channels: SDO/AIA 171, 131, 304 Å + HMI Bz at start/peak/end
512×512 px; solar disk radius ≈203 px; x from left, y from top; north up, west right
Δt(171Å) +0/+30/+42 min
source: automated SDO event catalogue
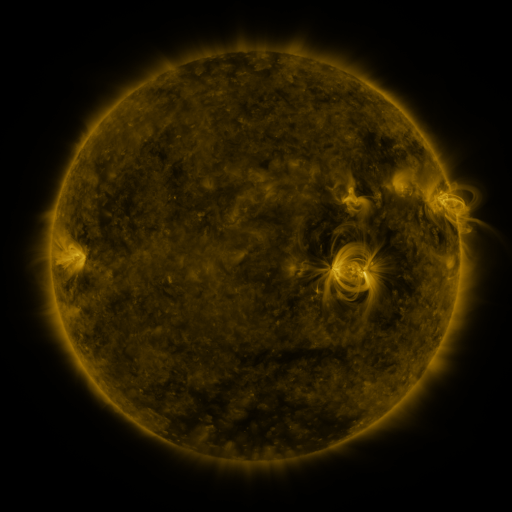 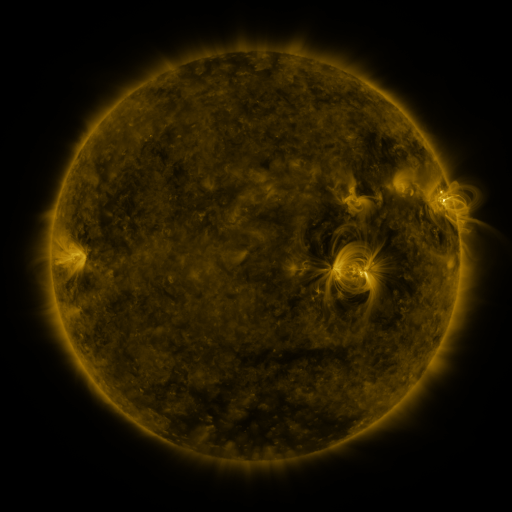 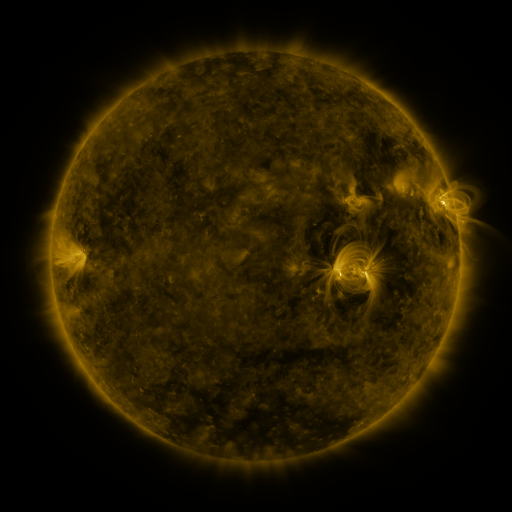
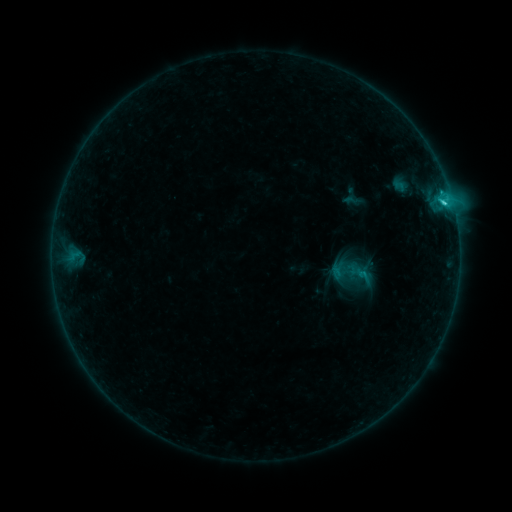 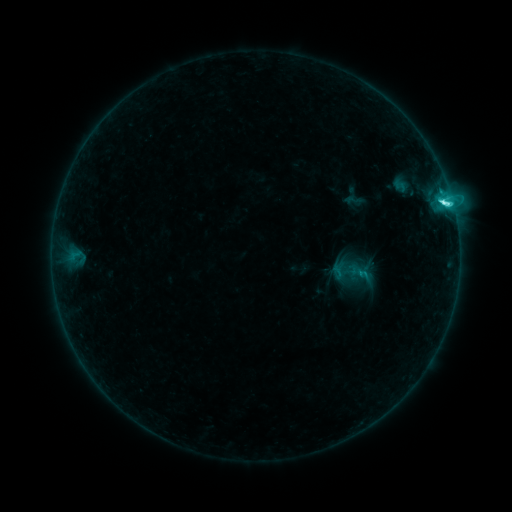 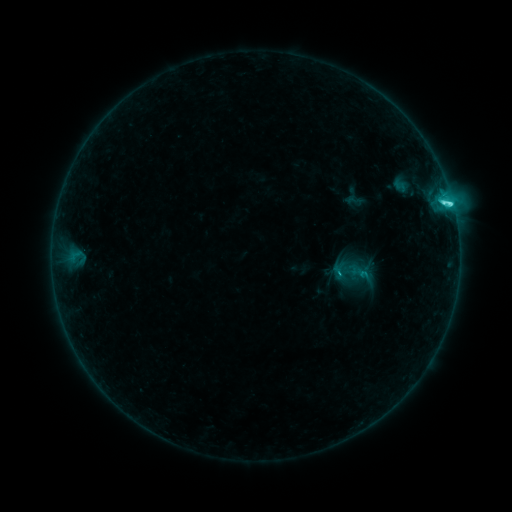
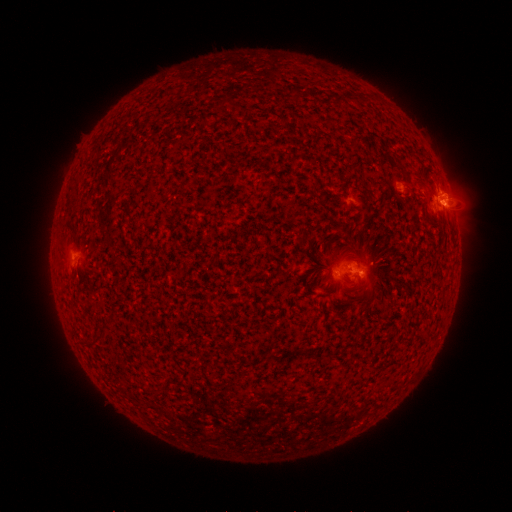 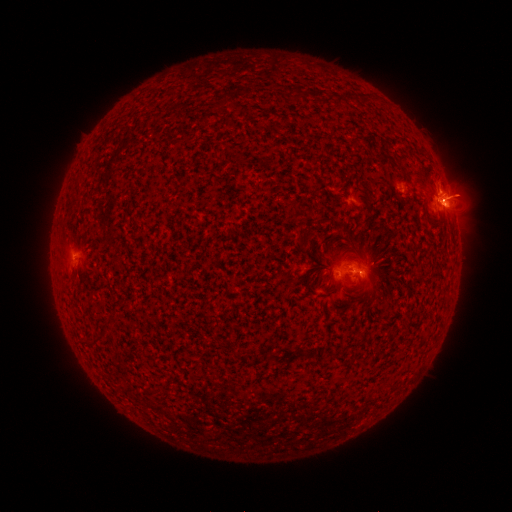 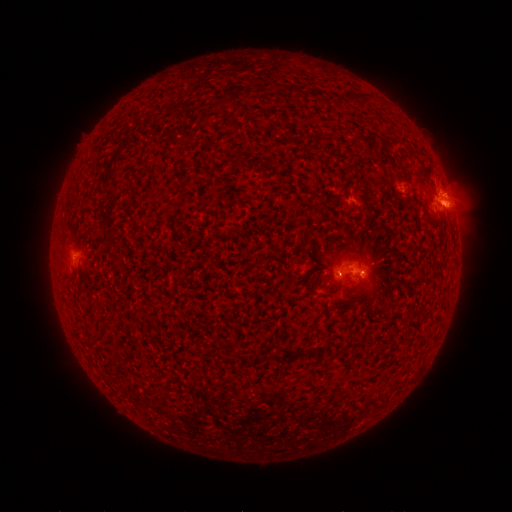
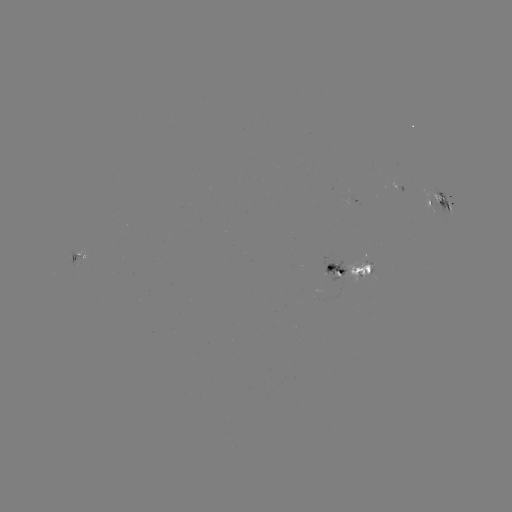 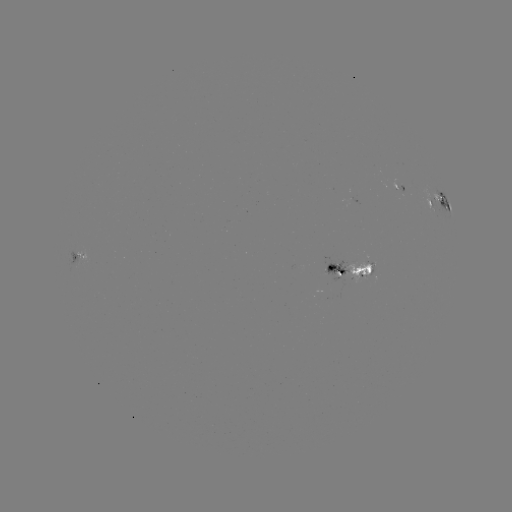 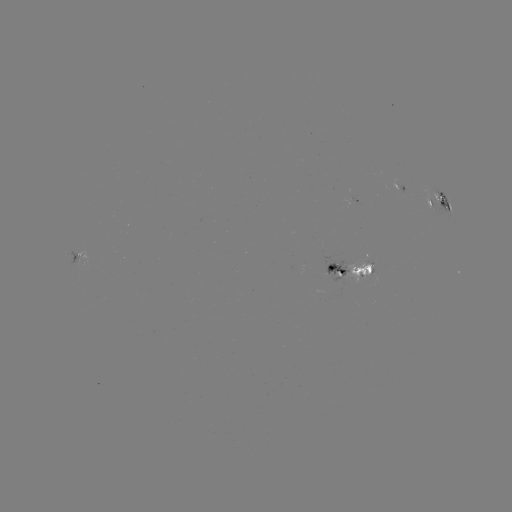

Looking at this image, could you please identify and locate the C5.7 flare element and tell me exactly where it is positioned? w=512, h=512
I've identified C5.7 flare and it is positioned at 445,204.